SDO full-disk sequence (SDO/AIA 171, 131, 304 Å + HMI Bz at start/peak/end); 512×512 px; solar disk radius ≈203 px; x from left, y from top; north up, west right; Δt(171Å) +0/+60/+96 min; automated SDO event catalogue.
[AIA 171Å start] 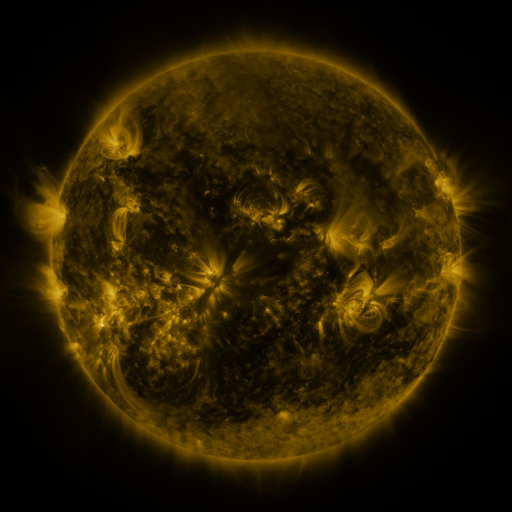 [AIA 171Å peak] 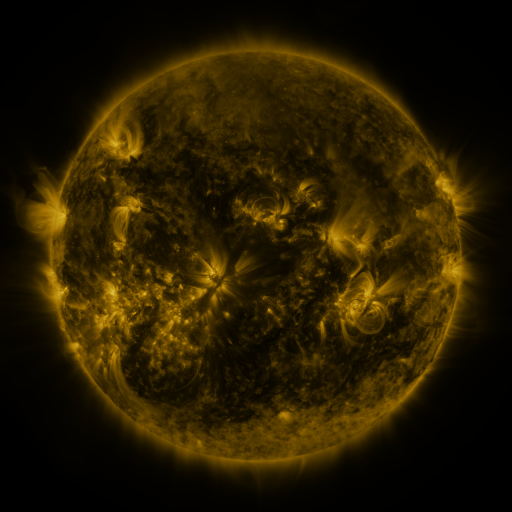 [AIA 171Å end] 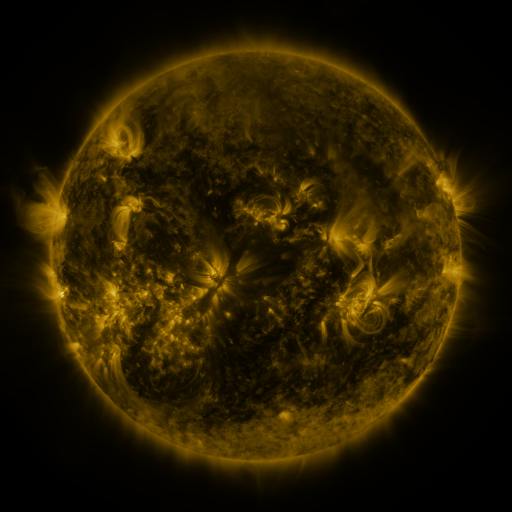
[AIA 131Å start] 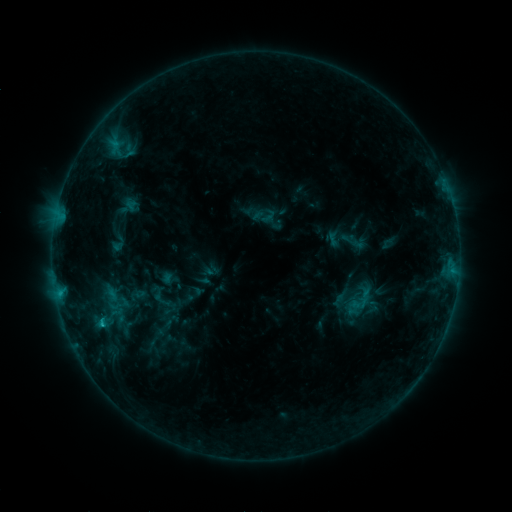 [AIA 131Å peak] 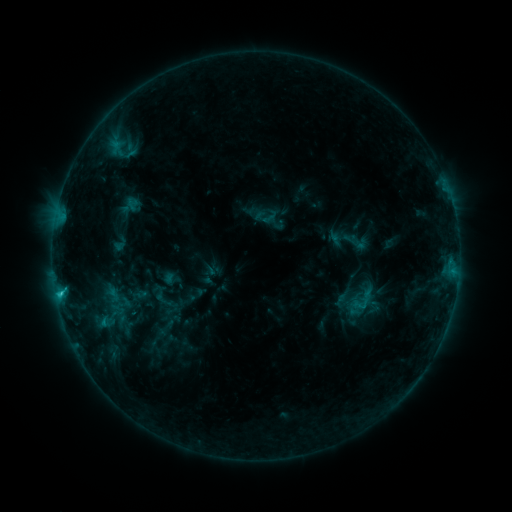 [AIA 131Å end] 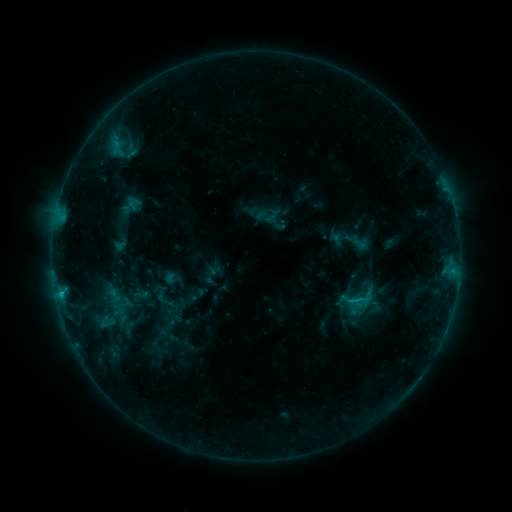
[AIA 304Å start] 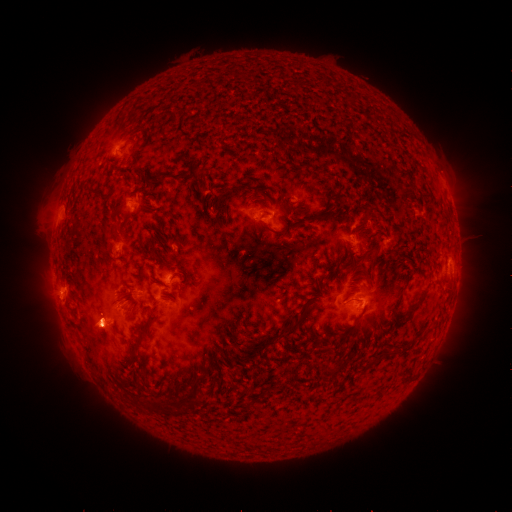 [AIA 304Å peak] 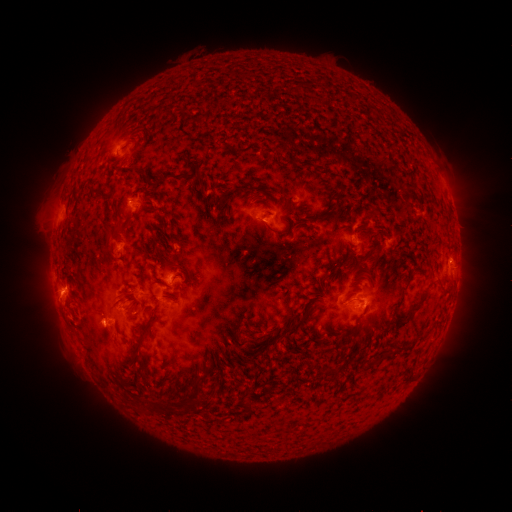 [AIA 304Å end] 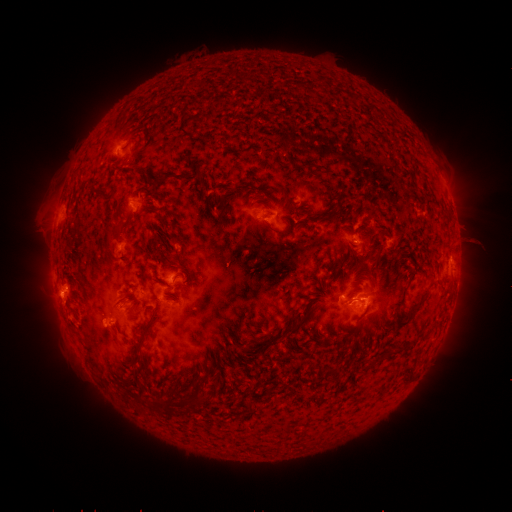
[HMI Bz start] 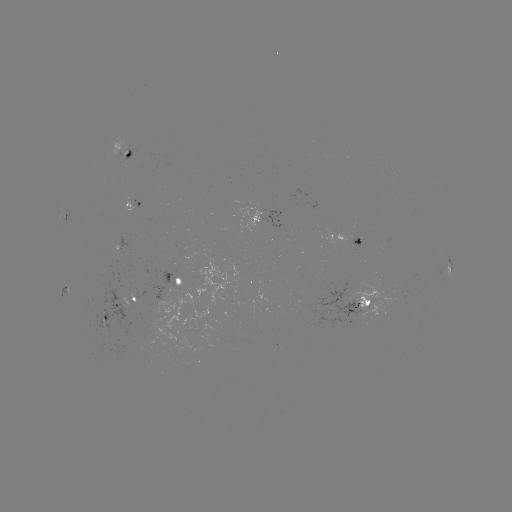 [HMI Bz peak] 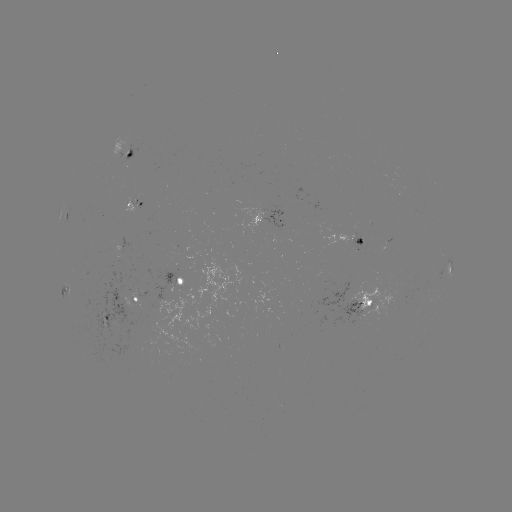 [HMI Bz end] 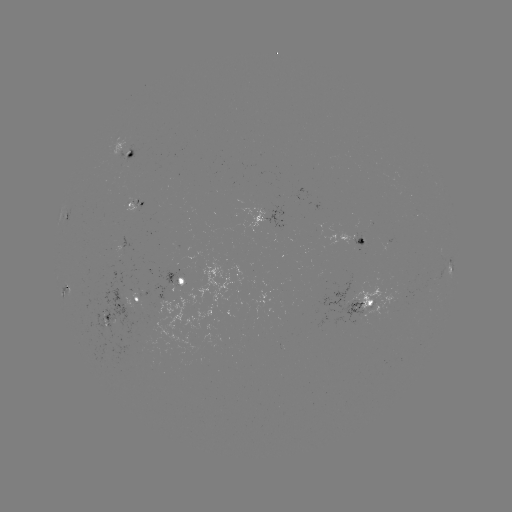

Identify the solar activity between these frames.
emerging-flux region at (362, 311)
